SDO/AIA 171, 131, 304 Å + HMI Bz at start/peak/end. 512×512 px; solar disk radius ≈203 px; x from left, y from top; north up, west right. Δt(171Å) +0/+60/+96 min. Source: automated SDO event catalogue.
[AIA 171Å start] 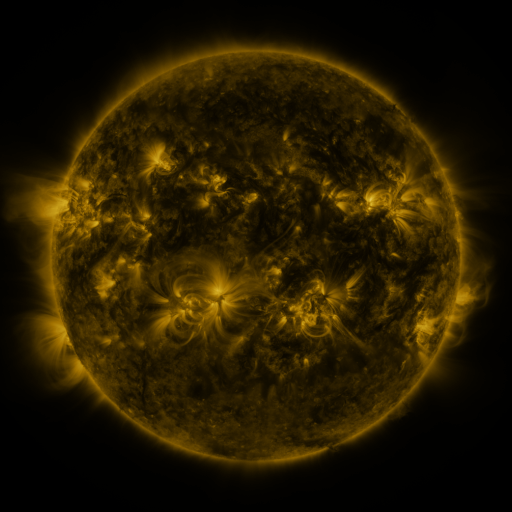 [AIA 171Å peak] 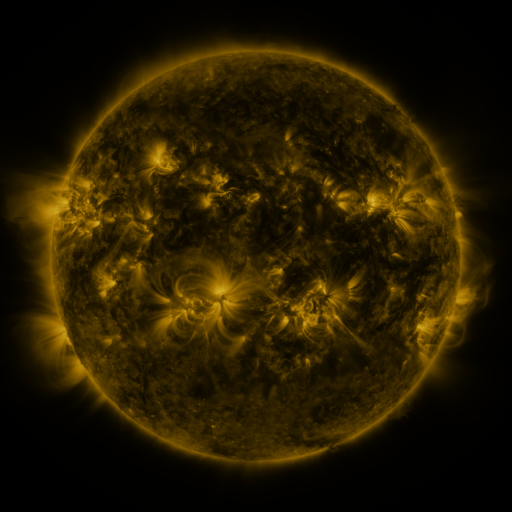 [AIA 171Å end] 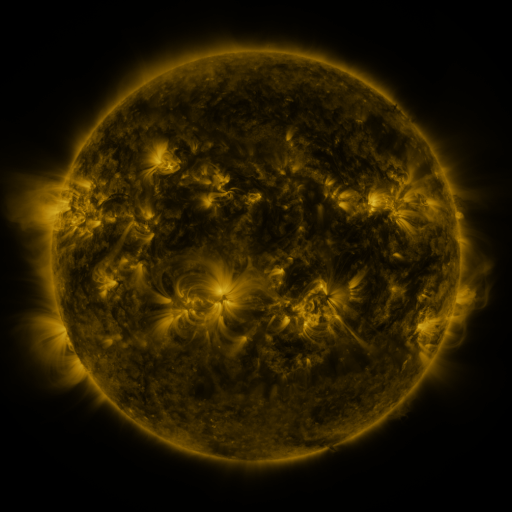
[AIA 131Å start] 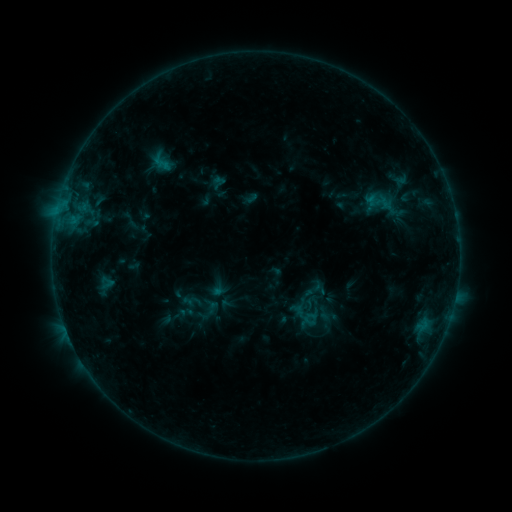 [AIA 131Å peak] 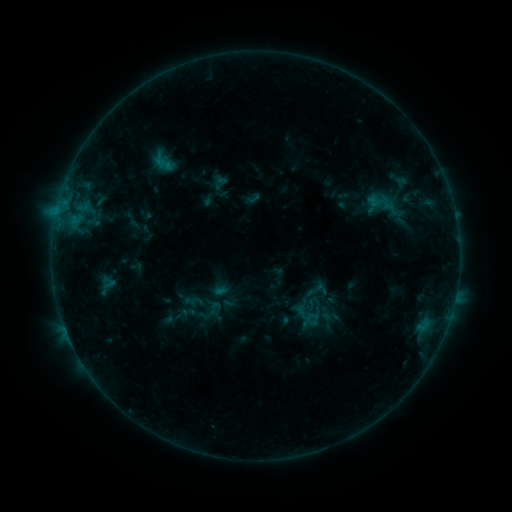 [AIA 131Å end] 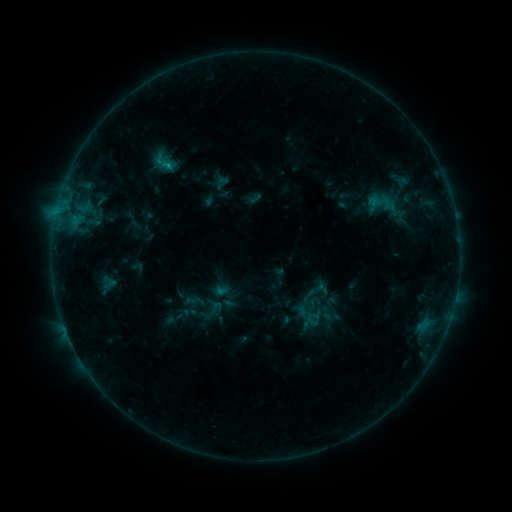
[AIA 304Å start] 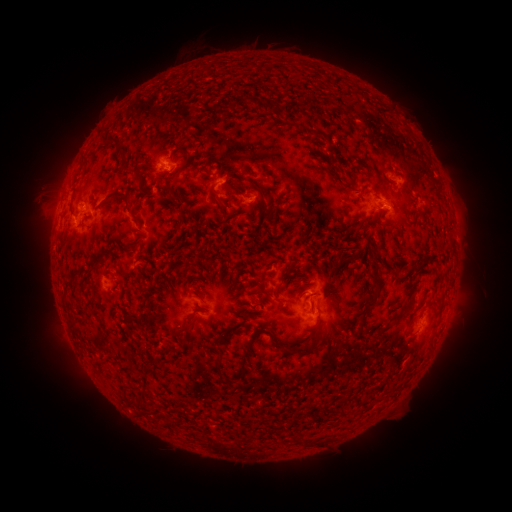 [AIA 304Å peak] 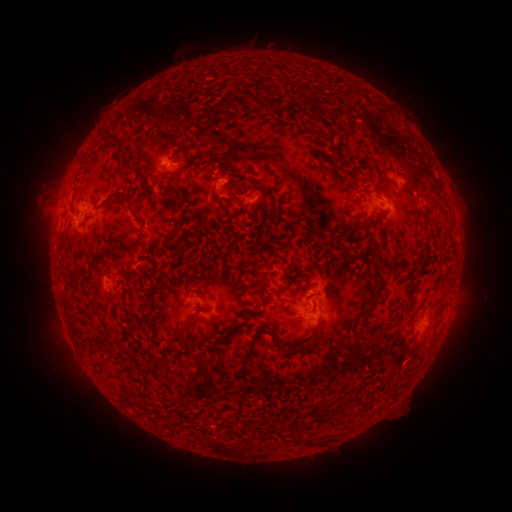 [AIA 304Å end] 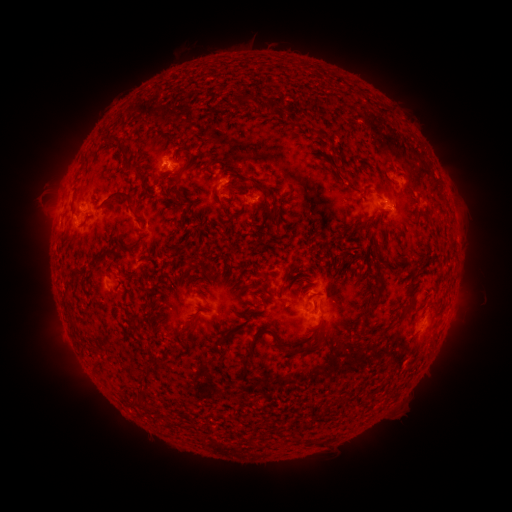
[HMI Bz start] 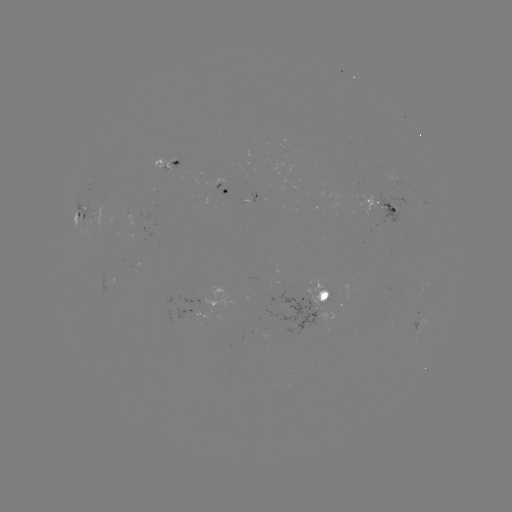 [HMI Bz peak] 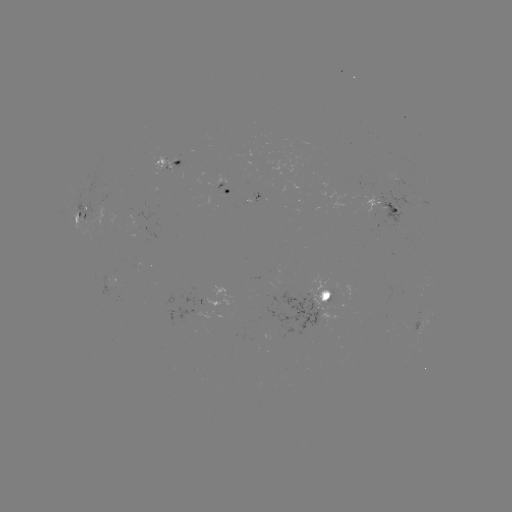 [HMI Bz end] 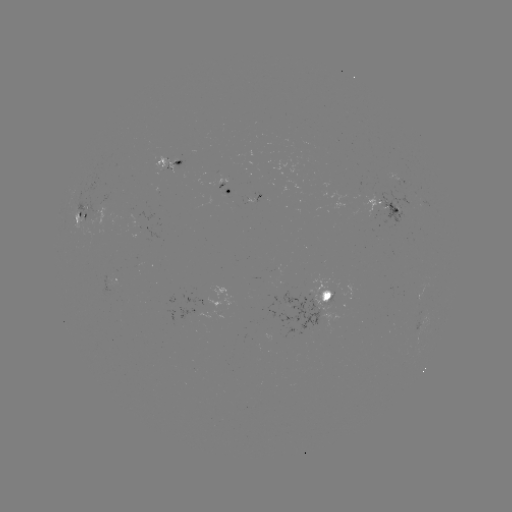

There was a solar emerging-flux region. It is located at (412, 326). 